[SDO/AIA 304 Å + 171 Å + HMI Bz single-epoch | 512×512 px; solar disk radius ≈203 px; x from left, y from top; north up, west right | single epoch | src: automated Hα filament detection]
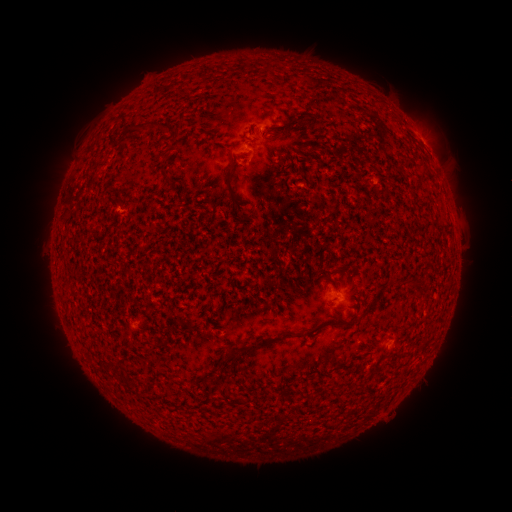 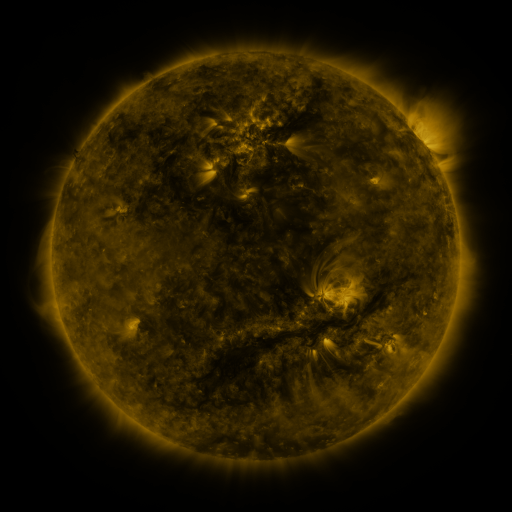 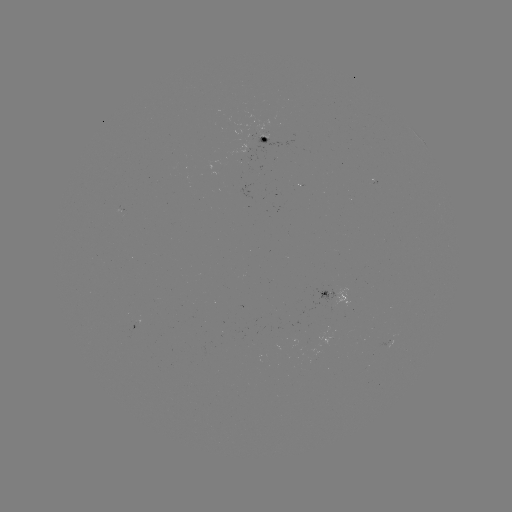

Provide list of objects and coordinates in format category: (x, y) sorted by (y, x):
filament: (149, 122)
filament: (287, 128)
filament: (231, 169)
filament: (424, 172)
filament: (167, 179)
filament: (412, 286)
filament: (335, 325)
filament: (258, 346)
filament: (235, 353)
